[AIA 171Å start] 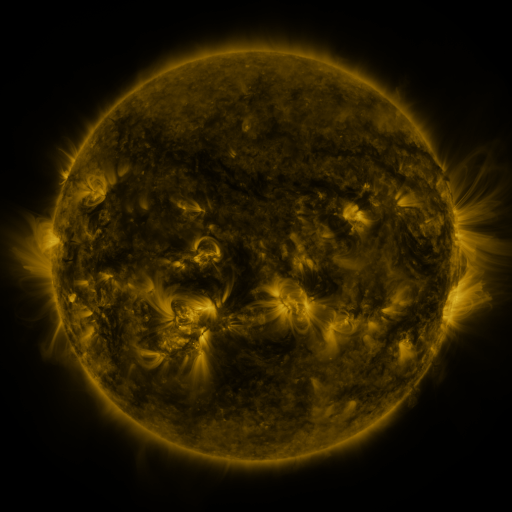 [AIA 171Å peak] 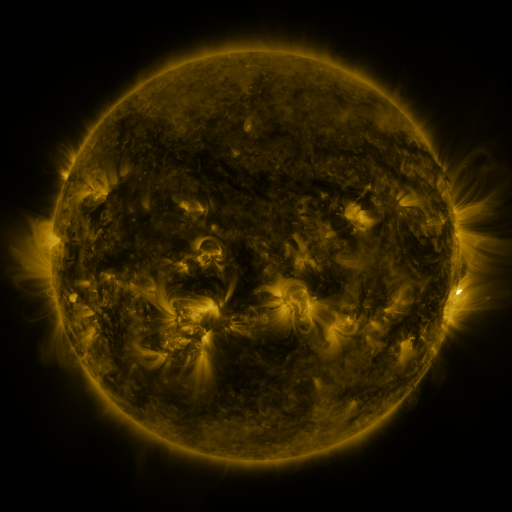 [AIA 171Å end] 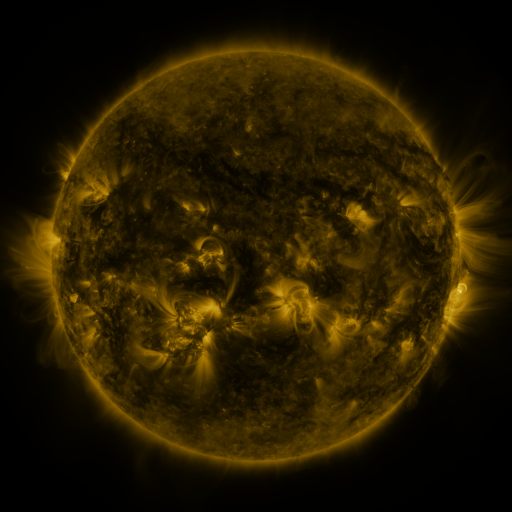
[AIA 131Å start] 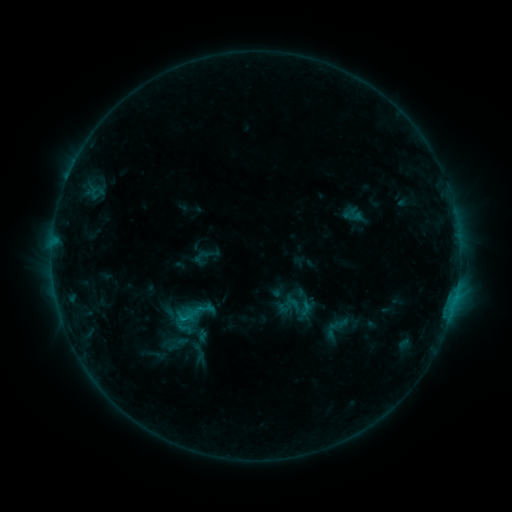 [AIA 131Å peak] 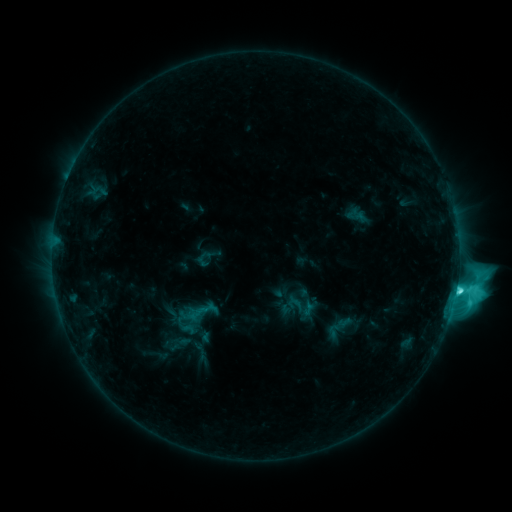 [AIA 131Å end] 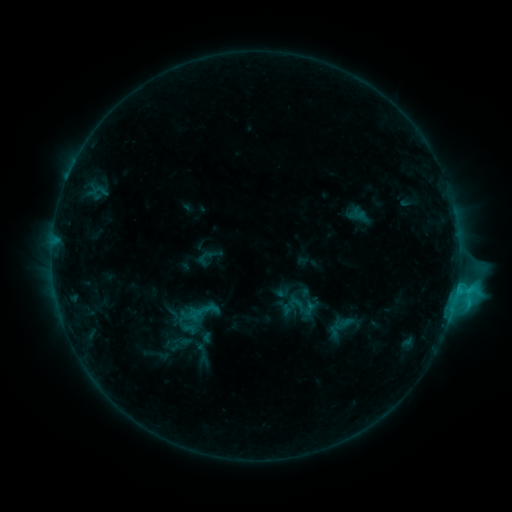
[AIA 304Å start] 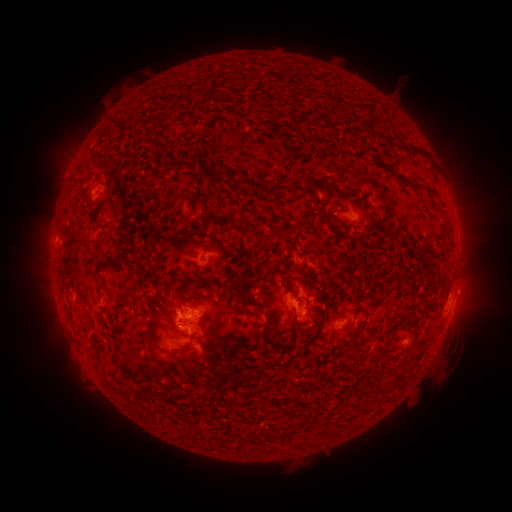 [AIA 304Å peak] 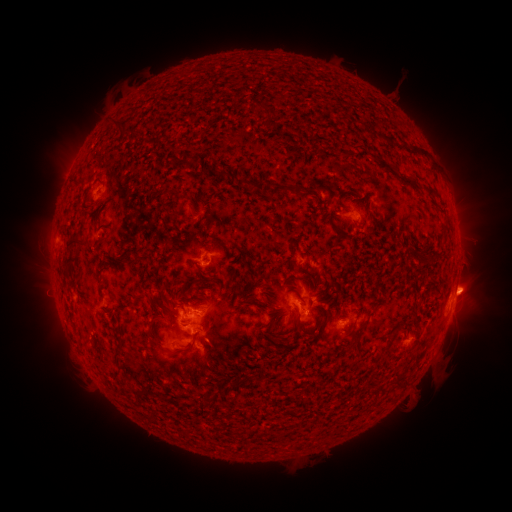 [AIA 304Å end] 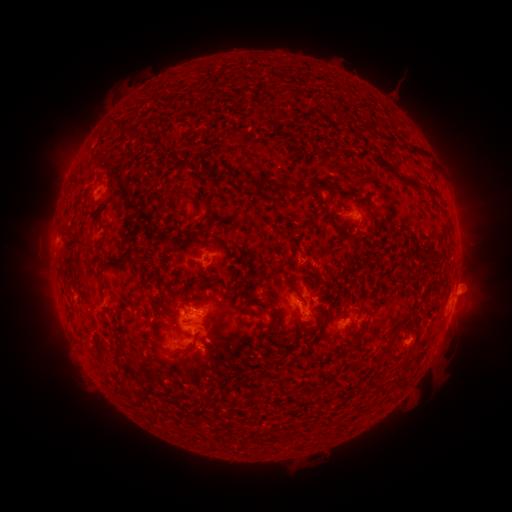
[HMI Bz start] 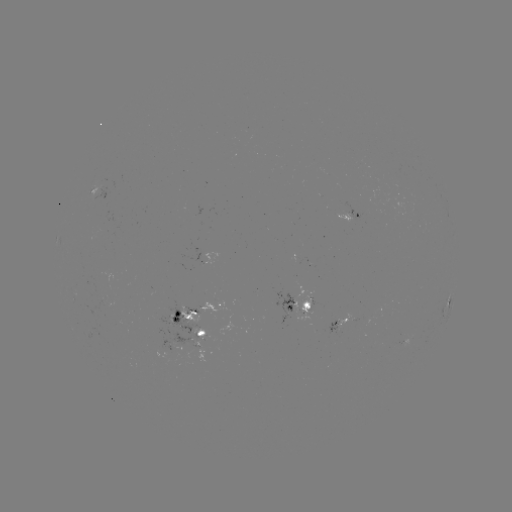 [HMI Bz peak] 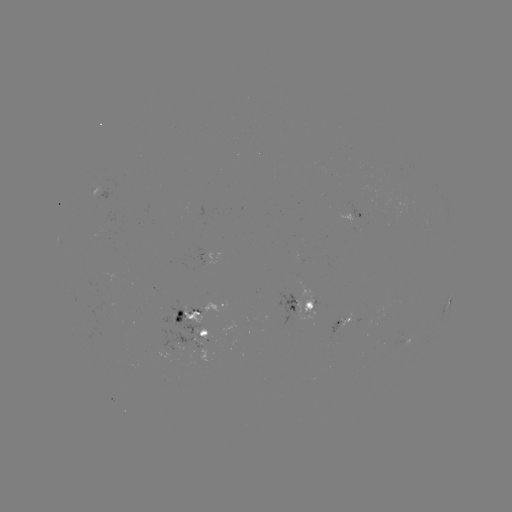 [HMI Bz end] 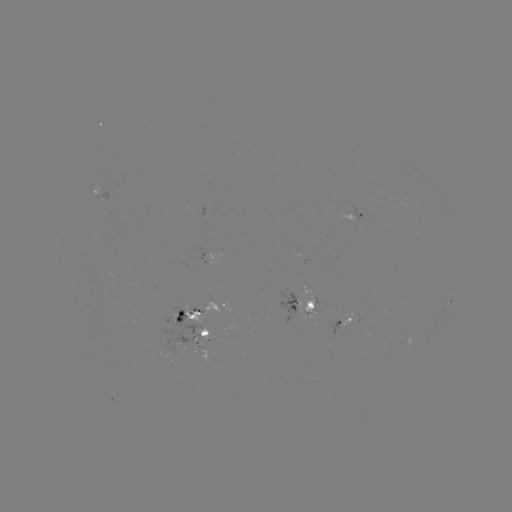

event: emerging-flux region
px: (404, 337)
